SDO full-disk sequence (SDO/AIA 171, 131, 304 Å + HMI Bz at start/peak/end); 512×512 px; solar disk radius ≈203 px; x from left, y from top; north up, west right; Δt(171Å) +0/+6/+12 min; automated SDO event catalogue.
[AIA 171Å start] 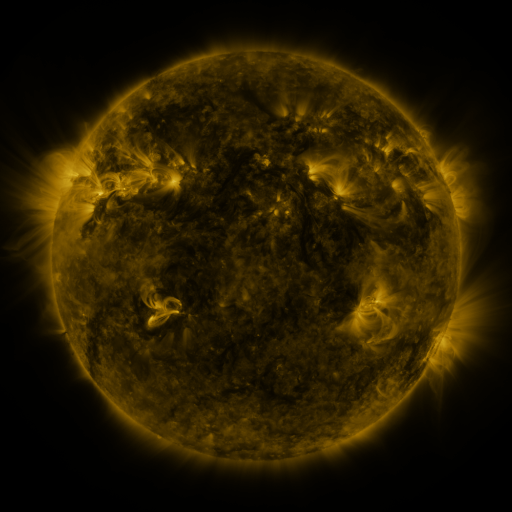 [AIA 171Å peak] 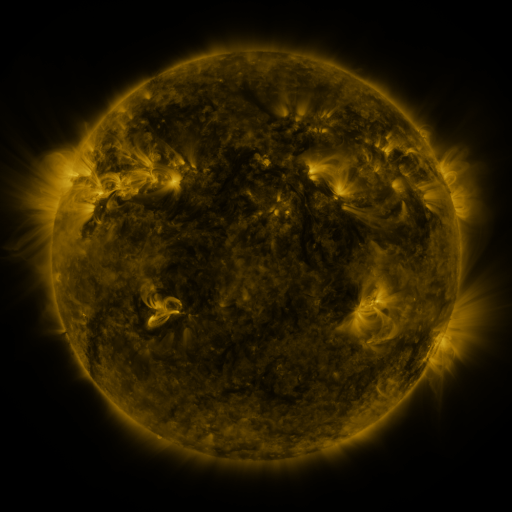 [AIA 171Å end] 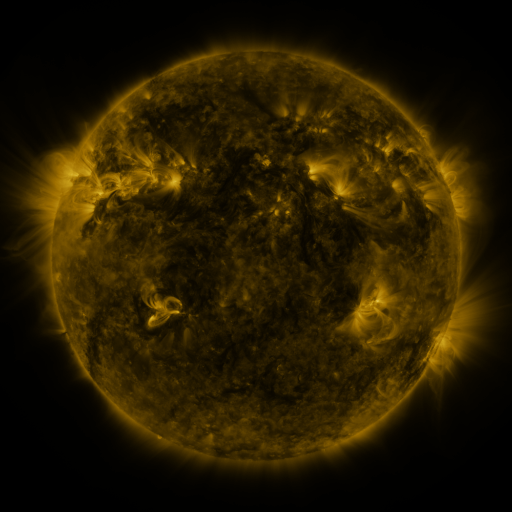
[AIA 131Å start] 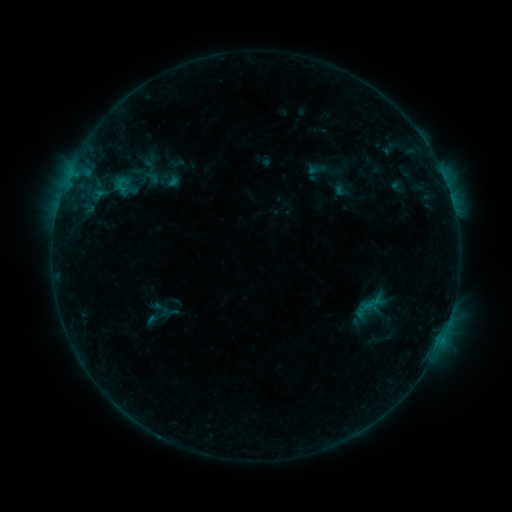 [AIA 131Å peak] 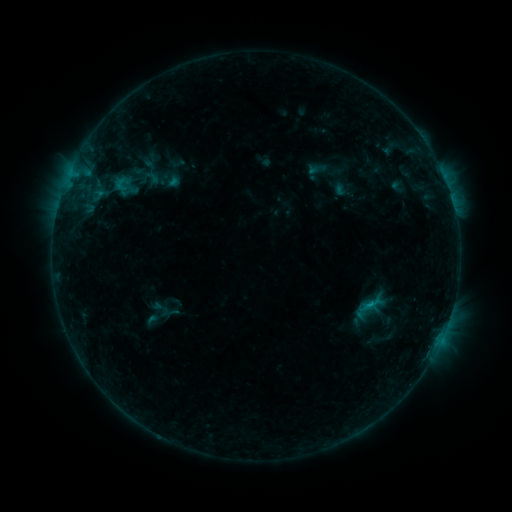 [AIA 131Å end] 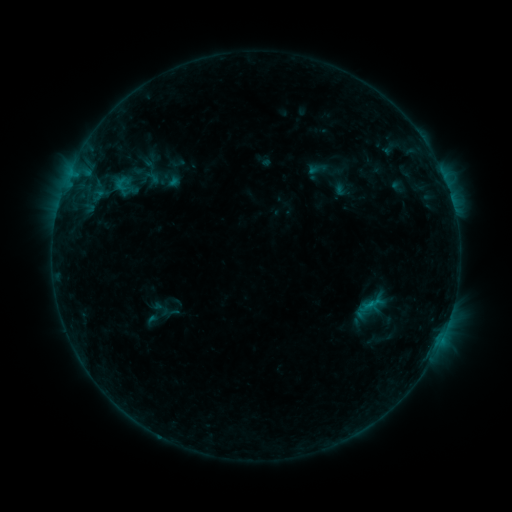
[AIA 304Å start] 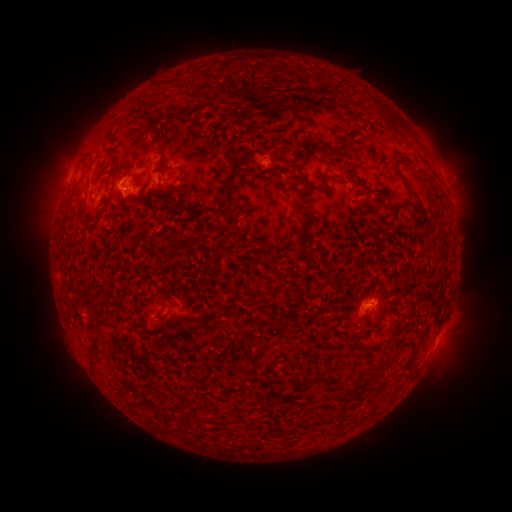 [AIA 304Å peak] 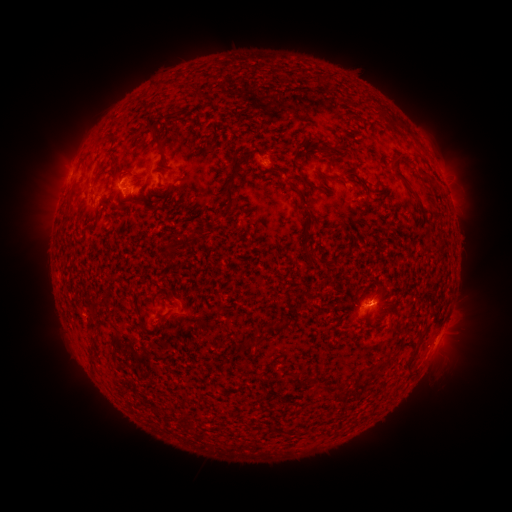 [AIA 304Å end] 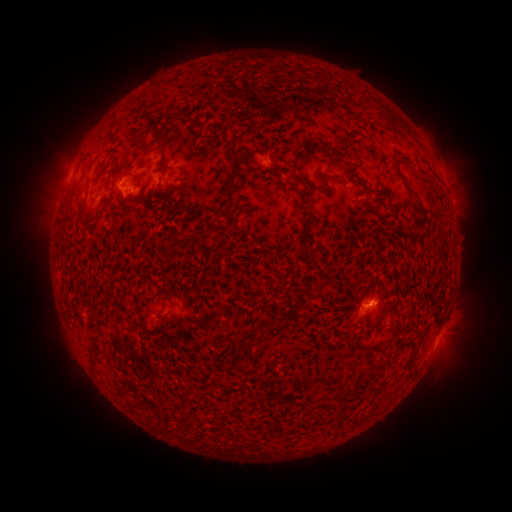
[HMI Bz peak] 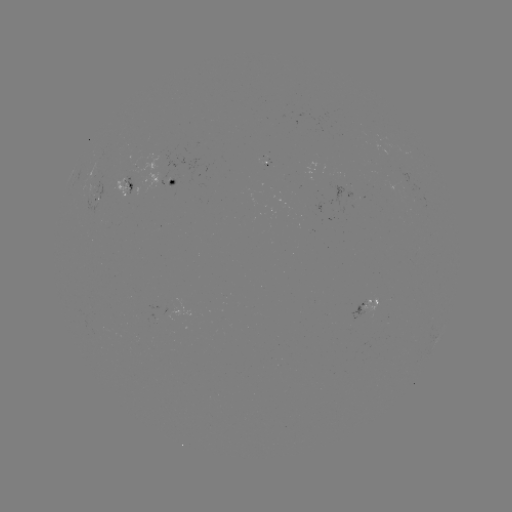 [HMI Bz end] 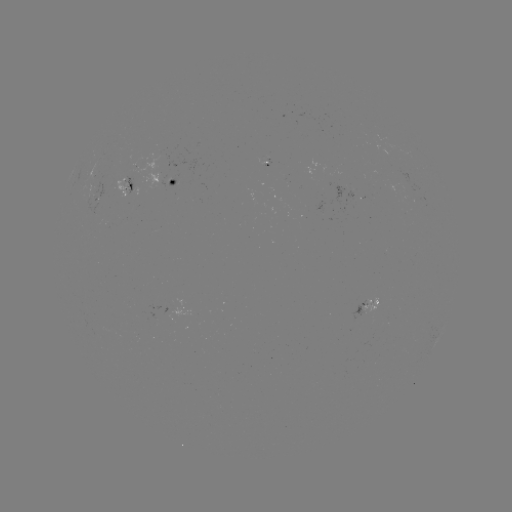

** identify B6.1 flare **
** [367, 304] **